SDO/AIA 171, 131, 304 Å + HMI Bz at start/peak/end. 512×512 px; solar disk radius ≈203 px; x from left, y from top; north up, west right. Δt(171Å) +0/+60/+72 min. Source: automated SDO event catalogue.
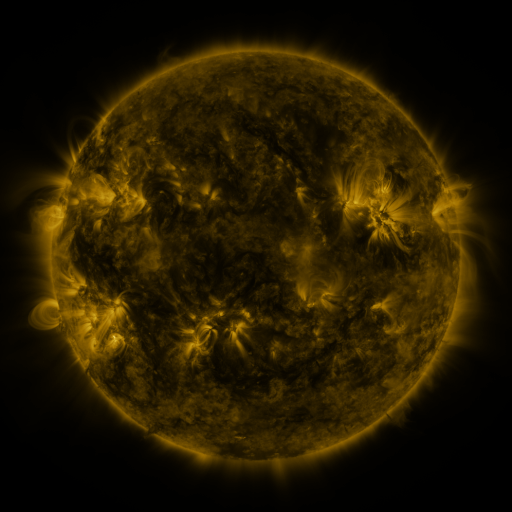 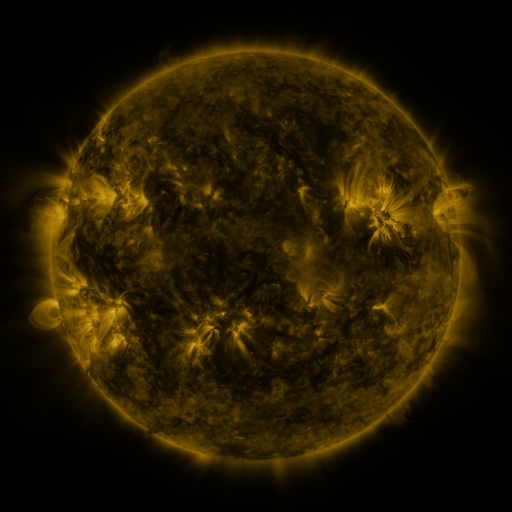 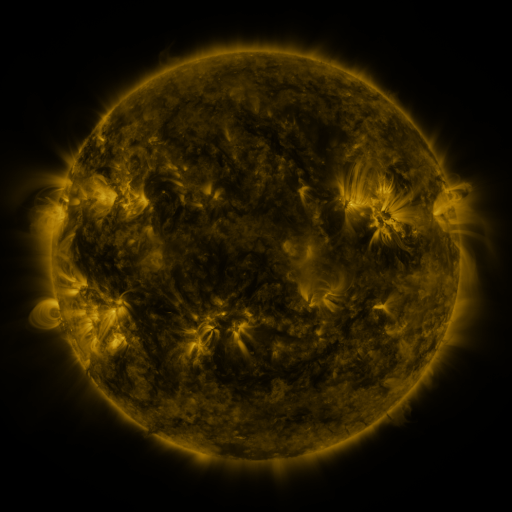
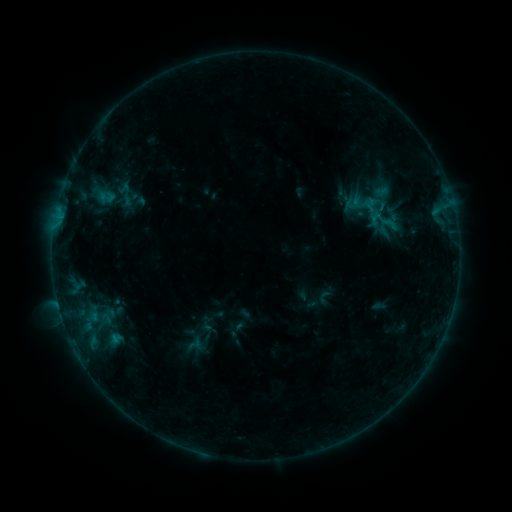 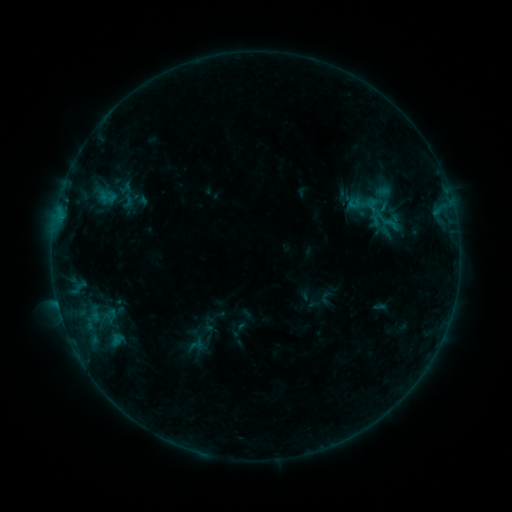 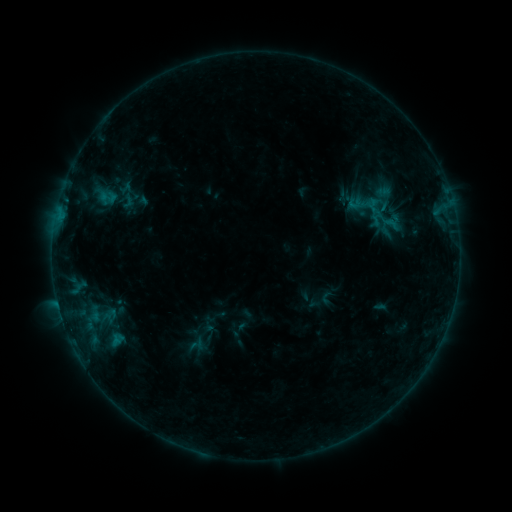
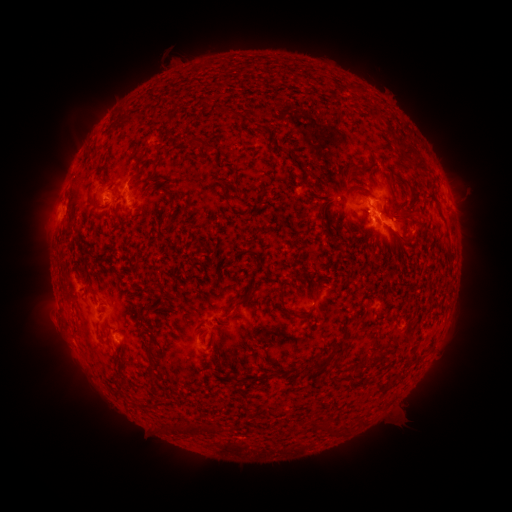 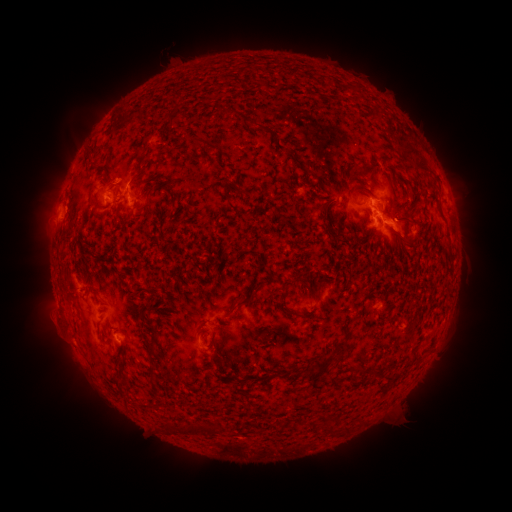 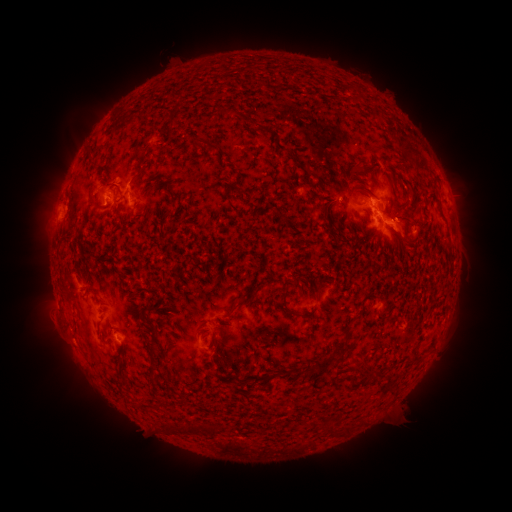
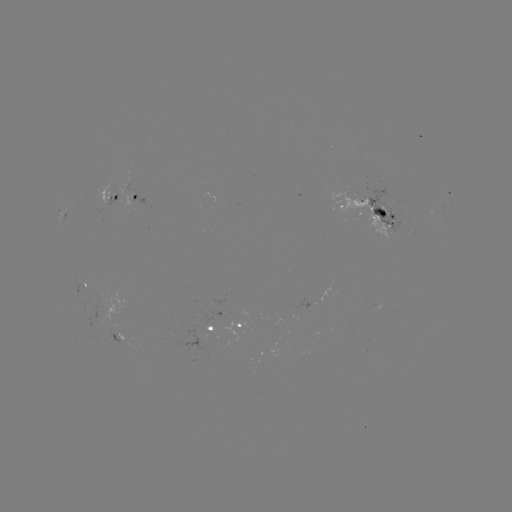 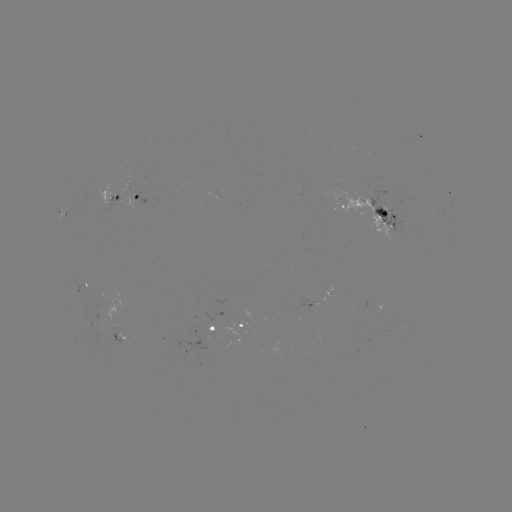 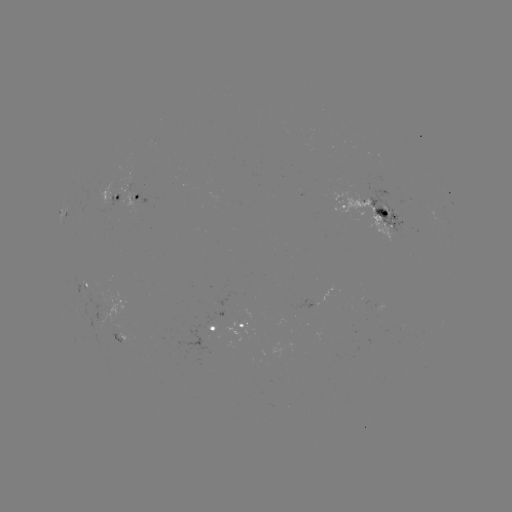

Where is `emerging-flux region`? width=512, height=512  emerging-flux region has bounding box [125, 192, 135, 215].